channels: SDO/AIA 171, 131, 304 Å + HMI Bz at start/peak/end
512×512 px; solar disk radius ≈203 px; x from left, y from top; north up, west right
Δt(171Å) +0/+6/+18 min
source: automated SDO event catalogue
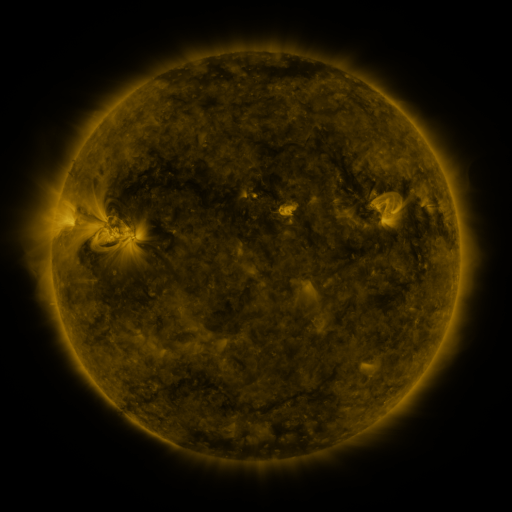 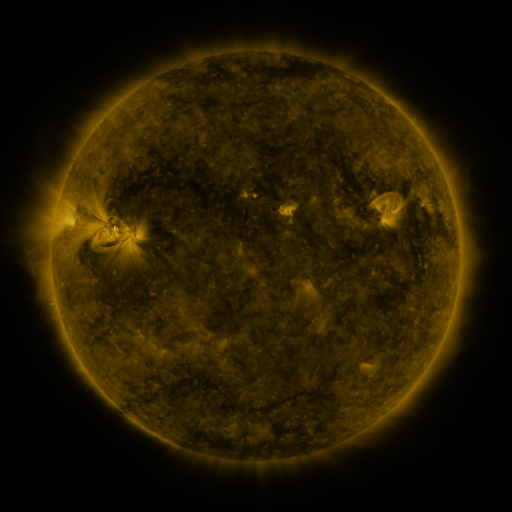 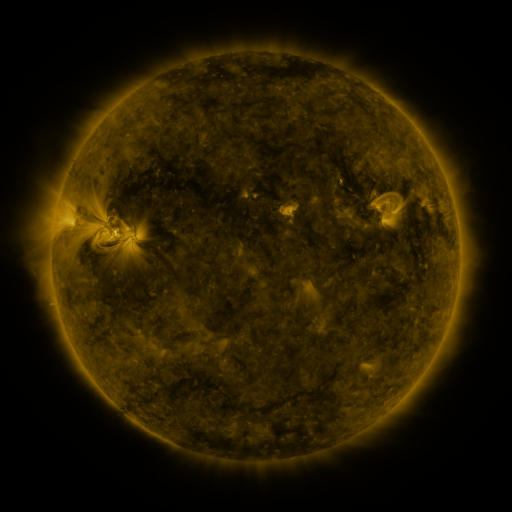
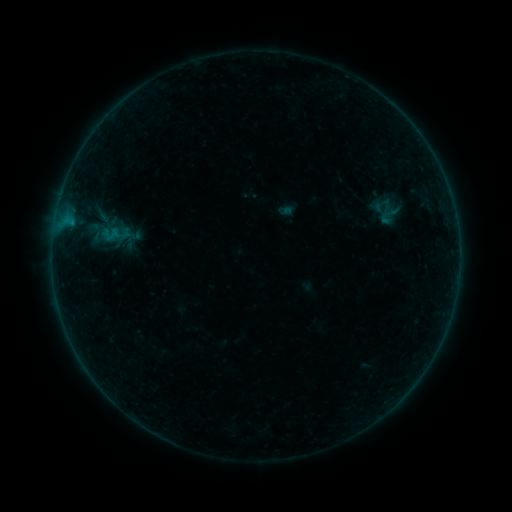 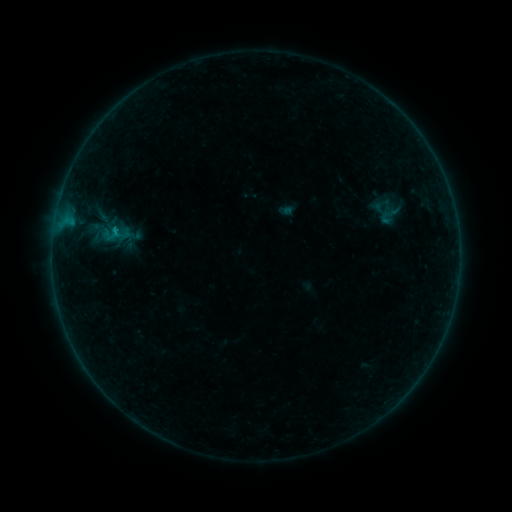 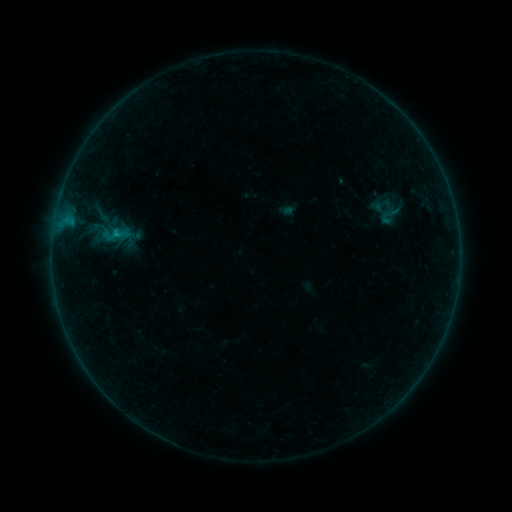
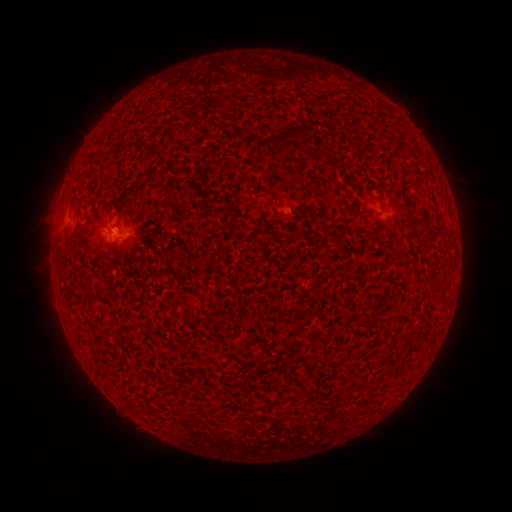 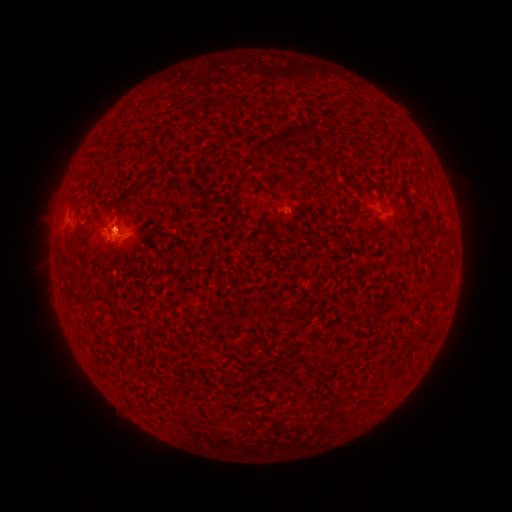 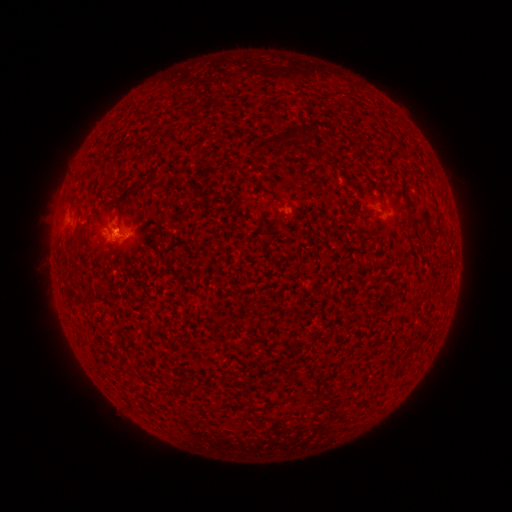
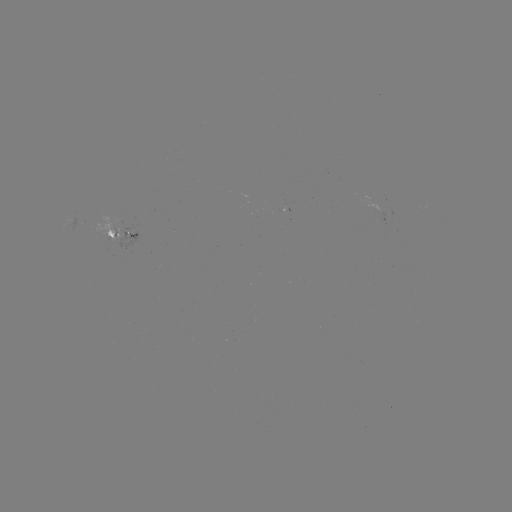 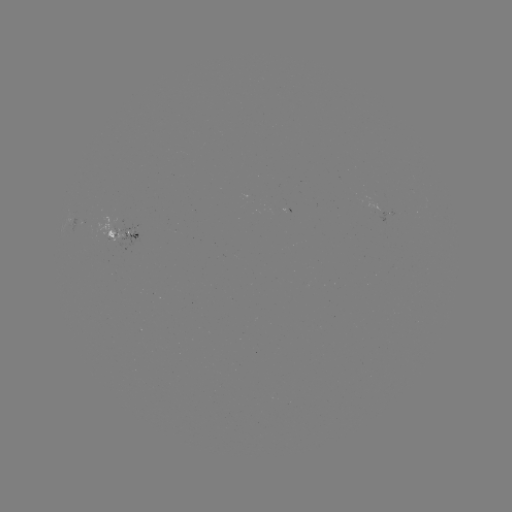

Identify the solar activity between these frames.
B6.4 flare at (117, 233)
